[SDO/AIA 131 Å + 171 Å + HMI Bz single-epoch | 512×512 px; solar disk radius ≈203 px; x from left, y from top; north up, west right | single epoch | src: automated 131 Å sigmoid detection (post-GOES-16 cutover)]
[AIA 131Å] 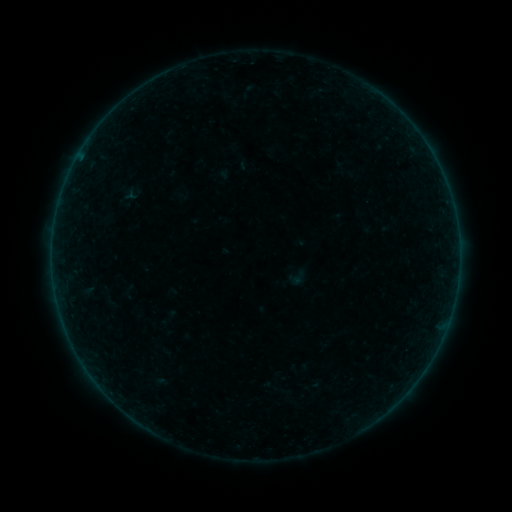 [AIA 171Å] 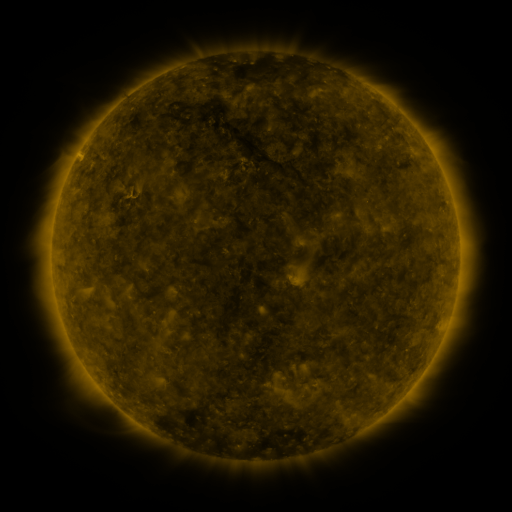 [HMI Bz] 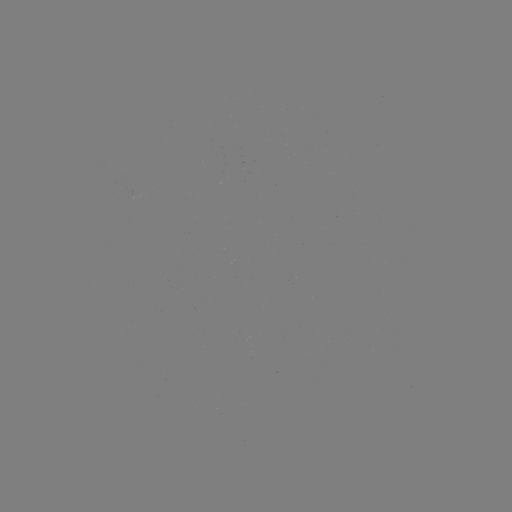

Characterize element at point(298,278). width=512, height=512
sigmoid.